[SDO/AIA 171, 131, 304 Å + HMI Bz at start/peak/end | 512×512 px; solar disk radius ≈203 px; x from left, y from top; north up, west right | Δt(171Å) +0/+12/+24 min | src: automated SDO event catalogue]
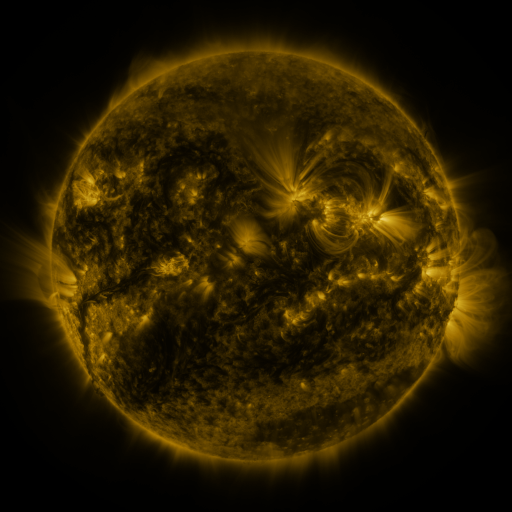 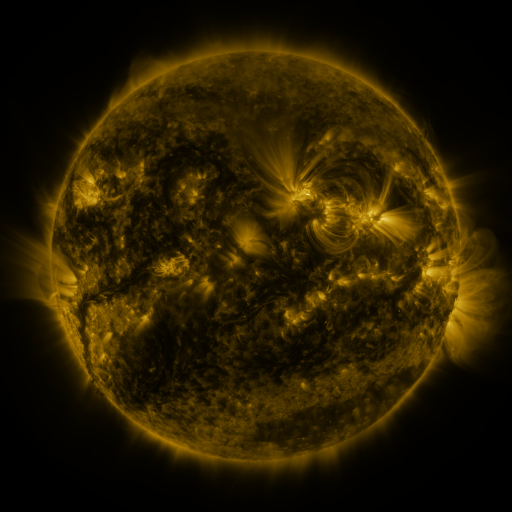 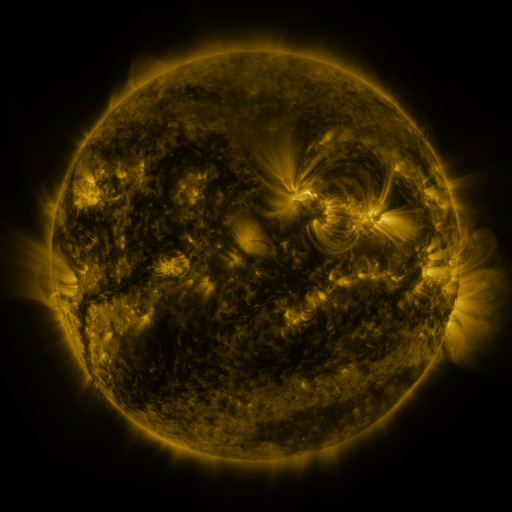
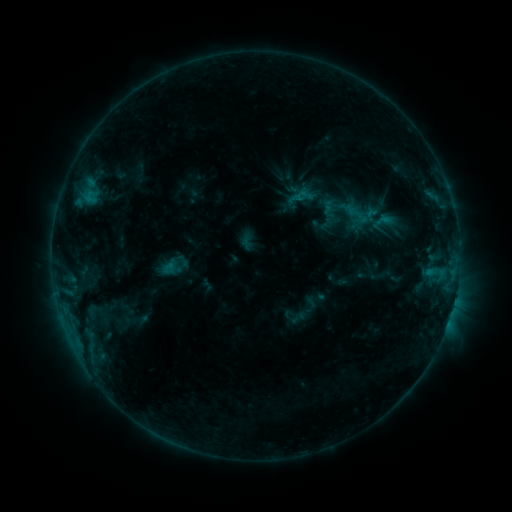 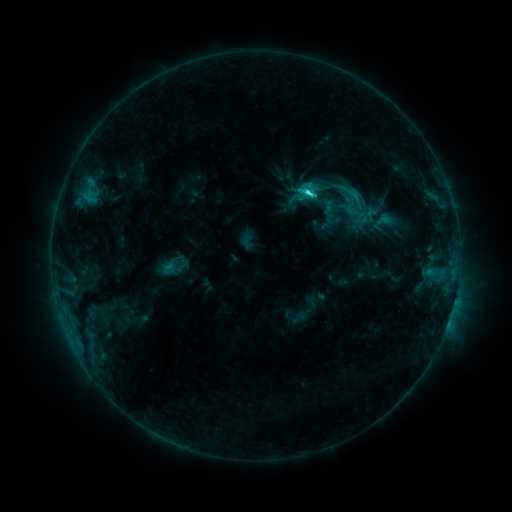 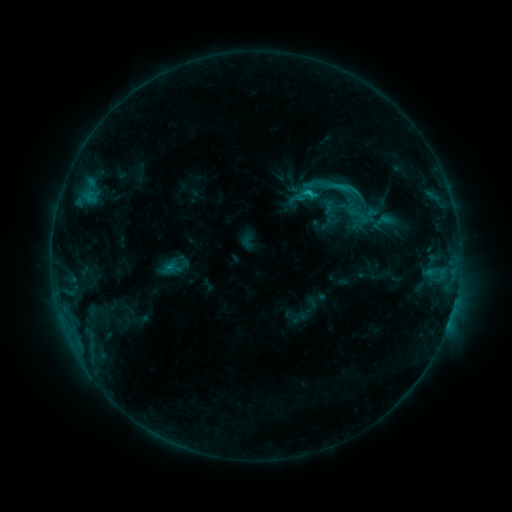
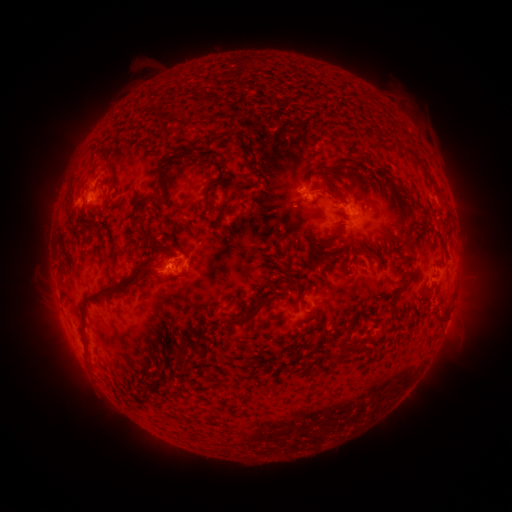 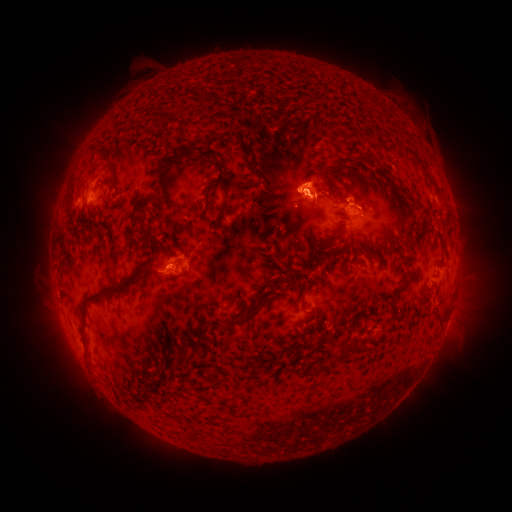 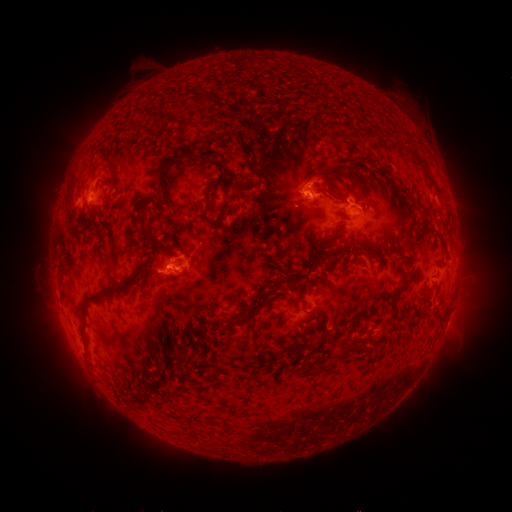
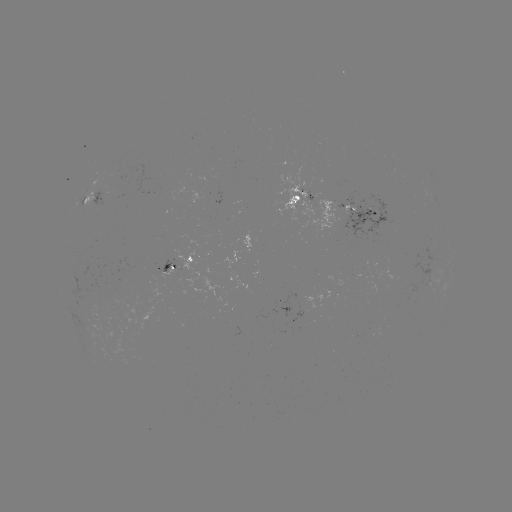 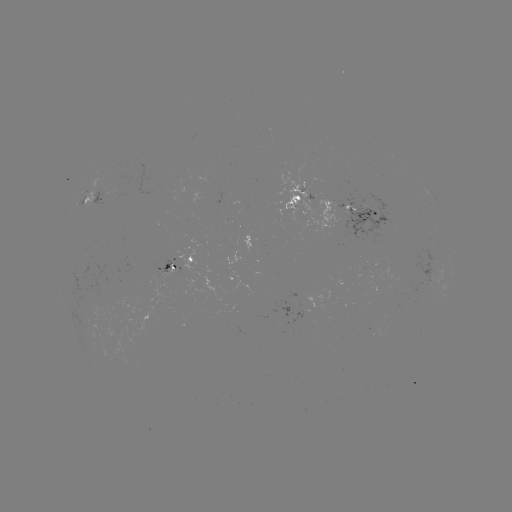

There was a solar flare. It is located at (307, 196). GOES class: C3.3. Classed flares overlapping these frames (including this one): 1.